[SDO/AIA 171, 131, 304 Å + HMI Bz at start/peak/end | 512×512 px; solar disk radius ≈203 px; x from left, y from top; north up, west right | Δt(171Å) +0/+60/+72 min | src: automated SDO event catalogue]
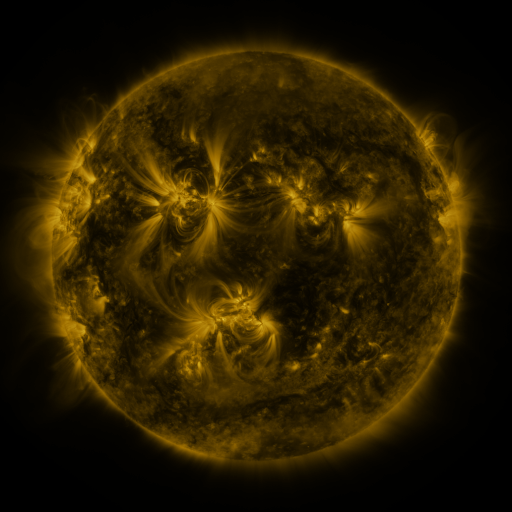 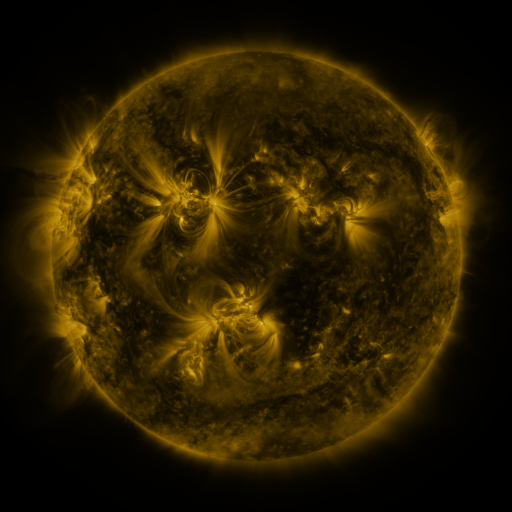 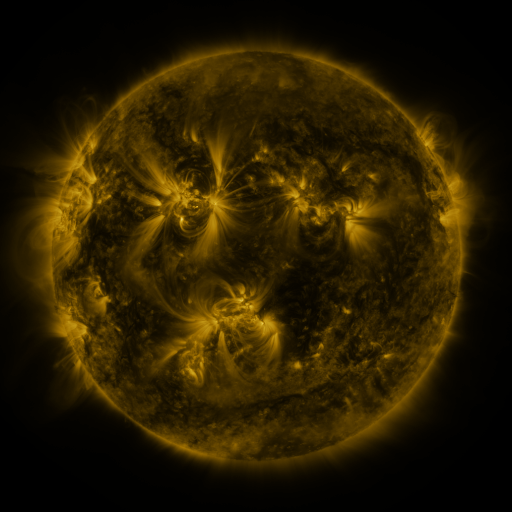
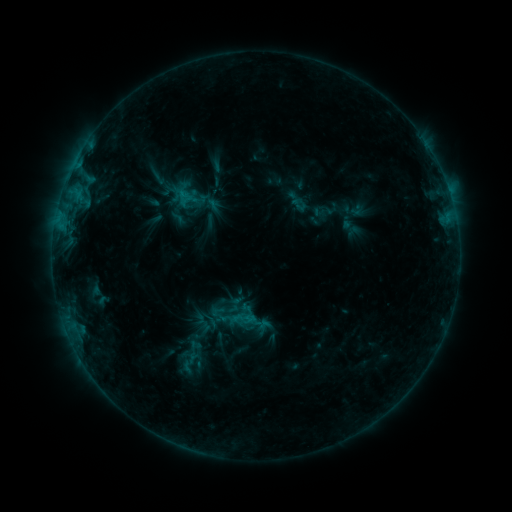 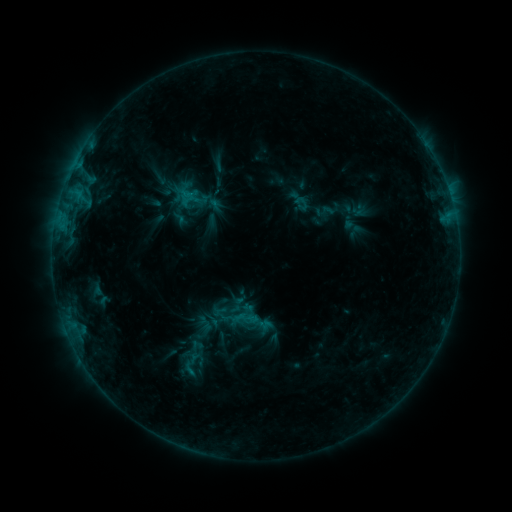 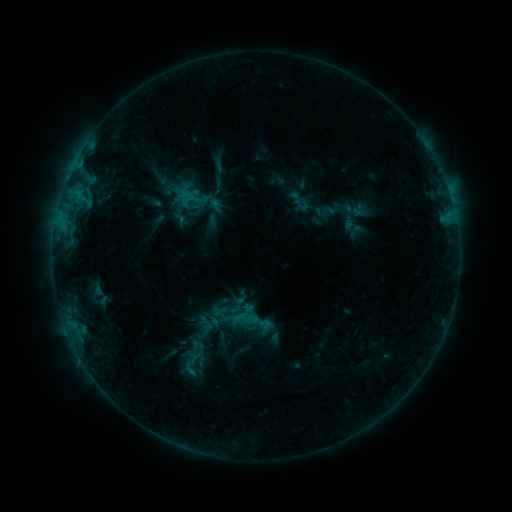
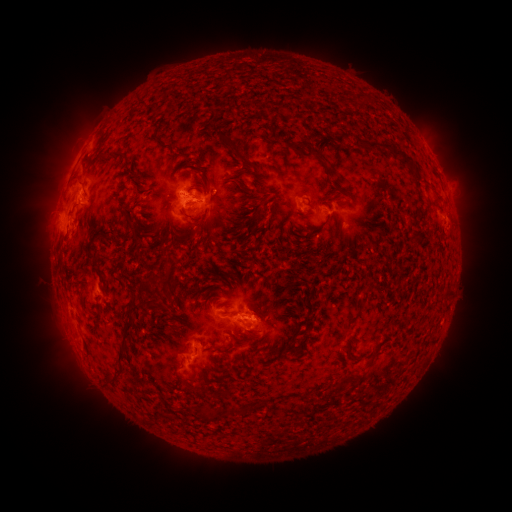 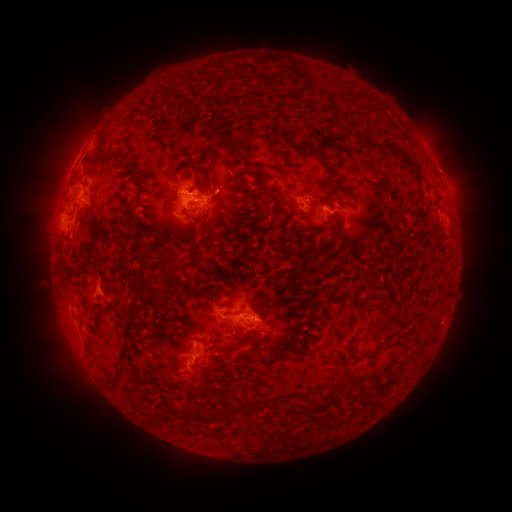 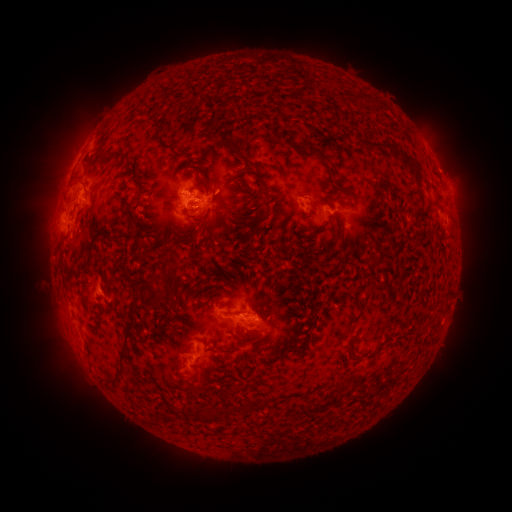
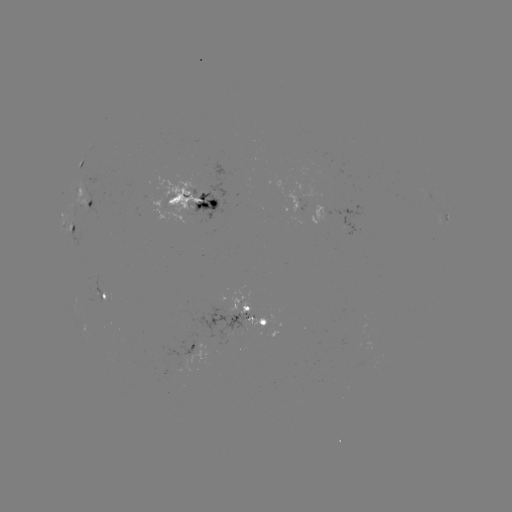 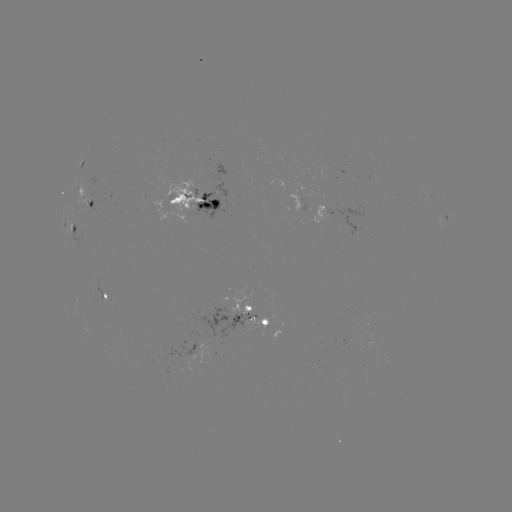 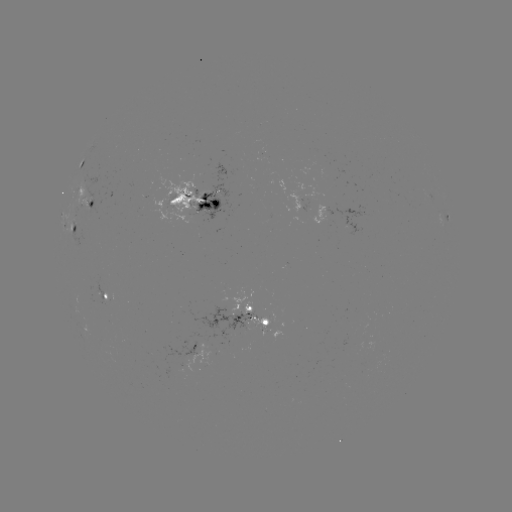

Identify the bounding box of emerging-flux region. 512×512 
[158, 345, 213, 378].